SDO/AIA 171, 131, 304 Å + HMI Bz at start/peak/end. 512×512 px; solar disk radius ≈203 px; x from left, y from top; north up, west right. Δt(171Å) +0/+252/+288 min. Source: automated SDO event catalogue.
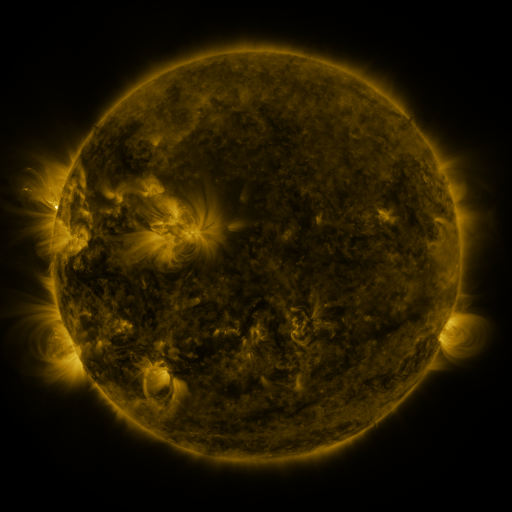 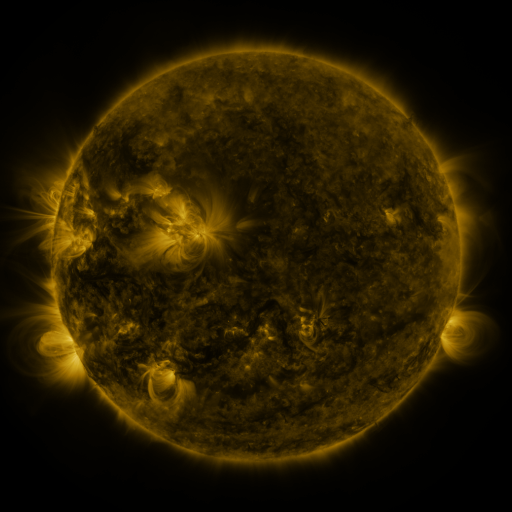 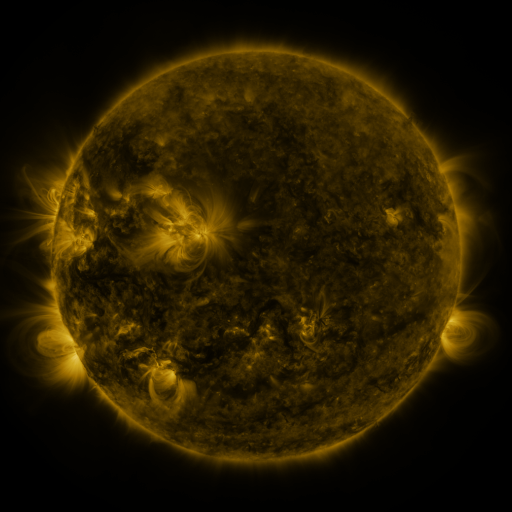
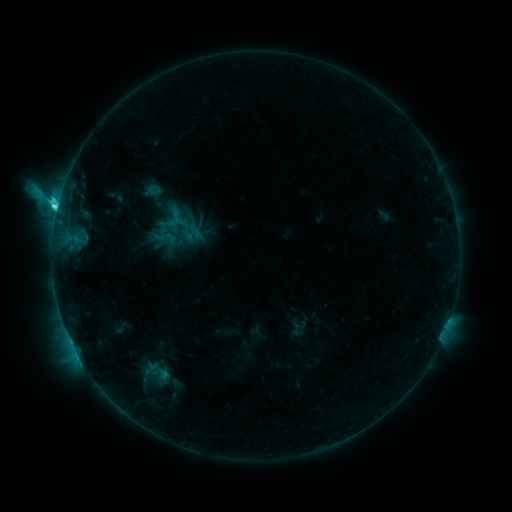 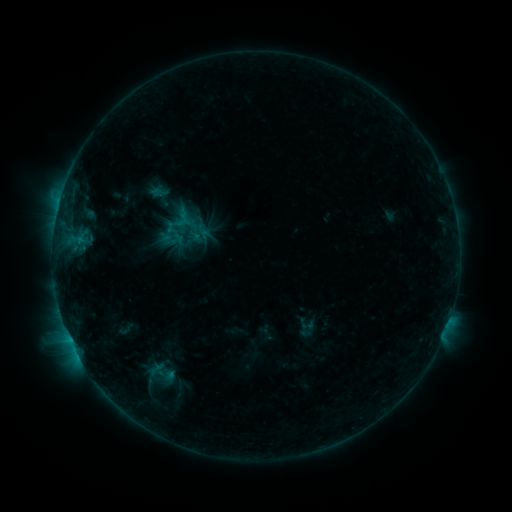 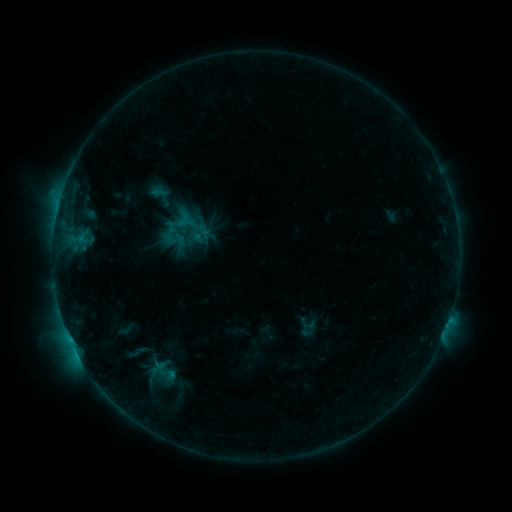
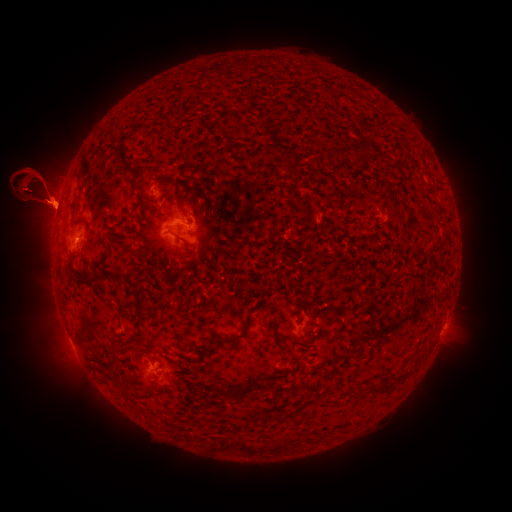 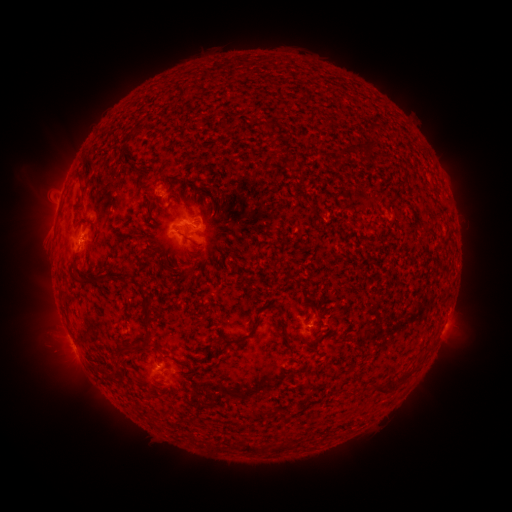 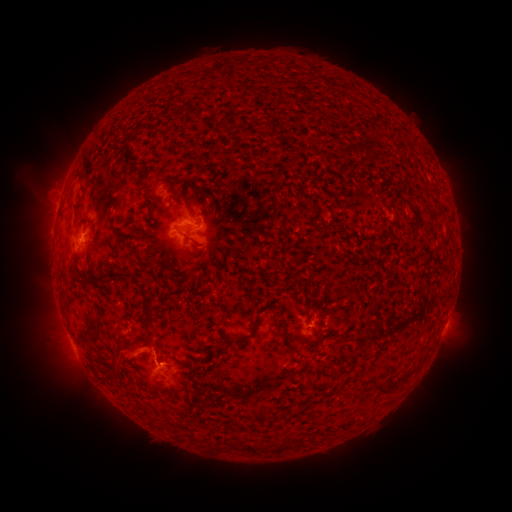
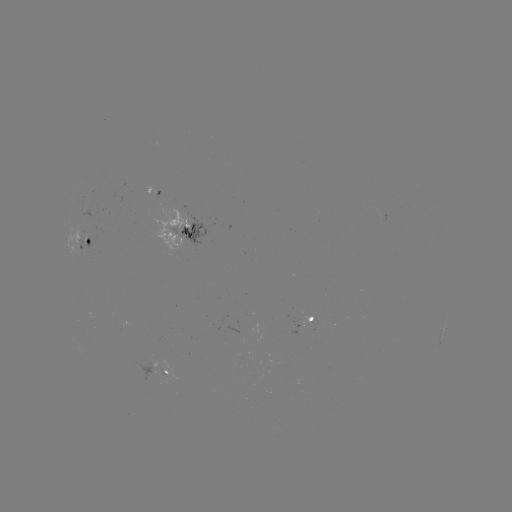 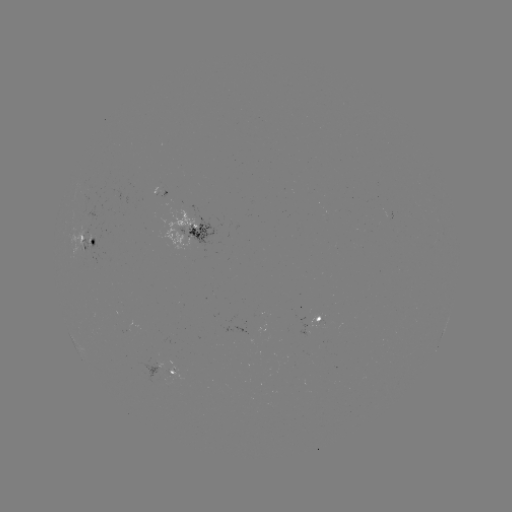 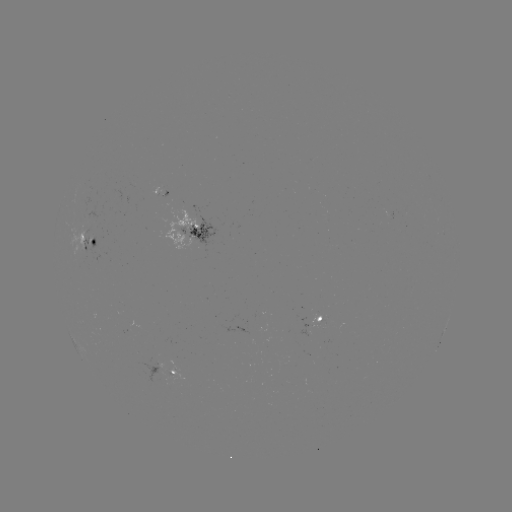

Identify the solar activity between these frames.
emerging-flux region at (306, 329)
